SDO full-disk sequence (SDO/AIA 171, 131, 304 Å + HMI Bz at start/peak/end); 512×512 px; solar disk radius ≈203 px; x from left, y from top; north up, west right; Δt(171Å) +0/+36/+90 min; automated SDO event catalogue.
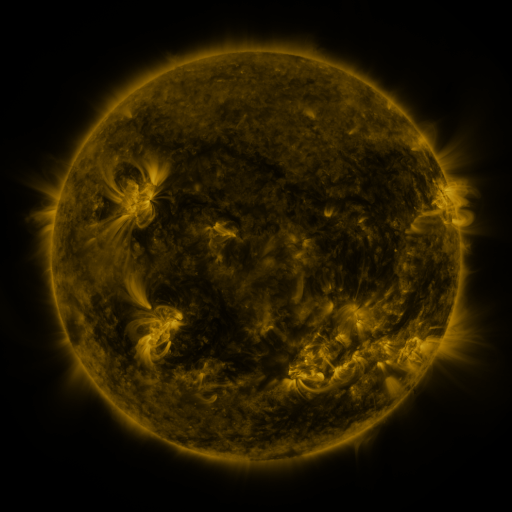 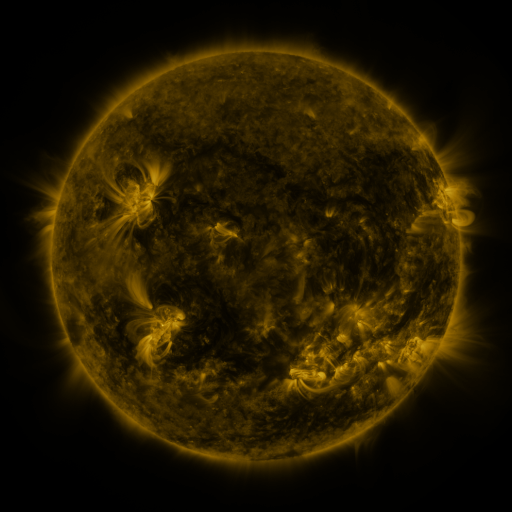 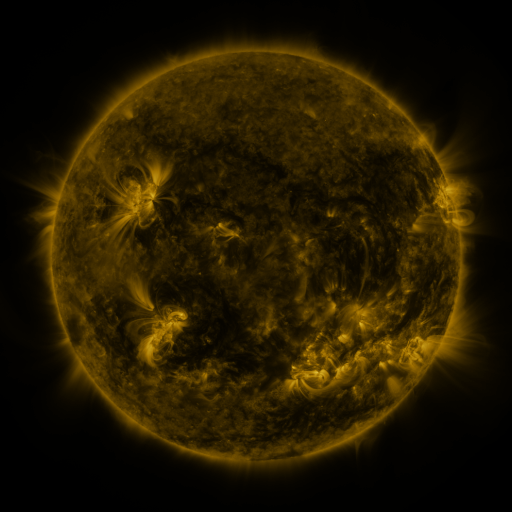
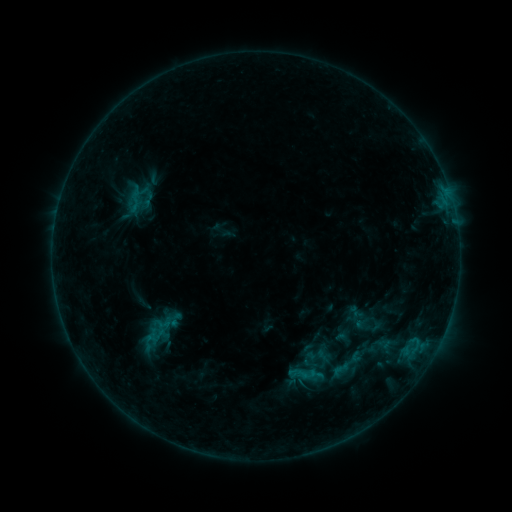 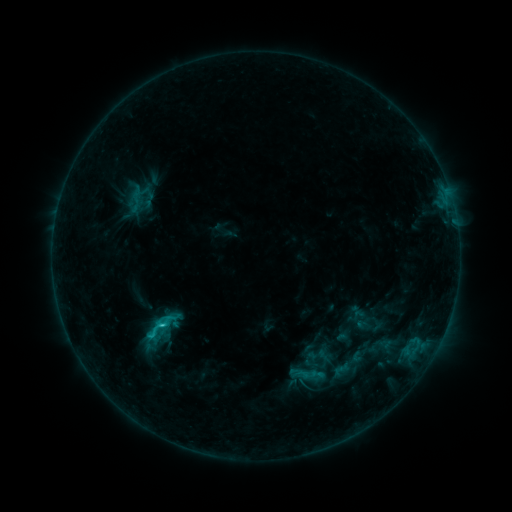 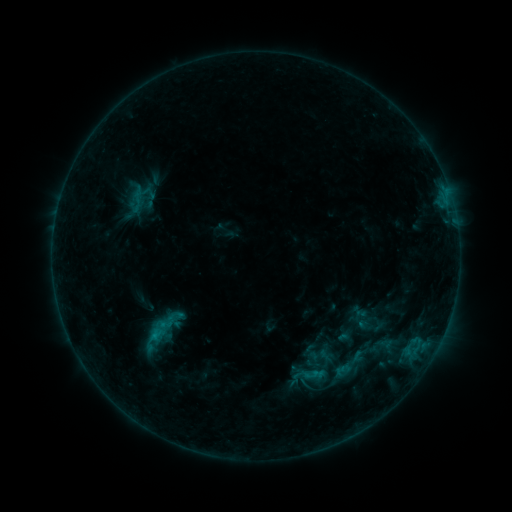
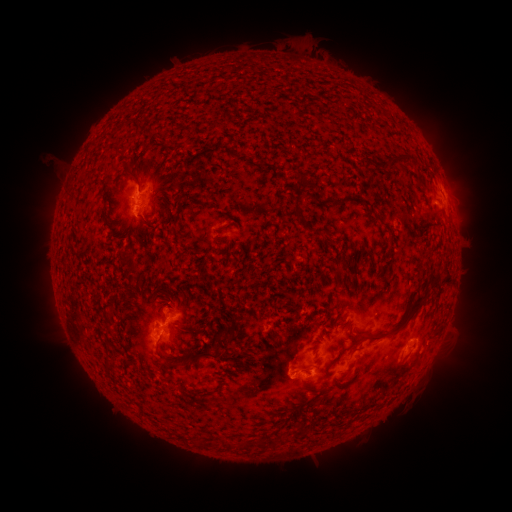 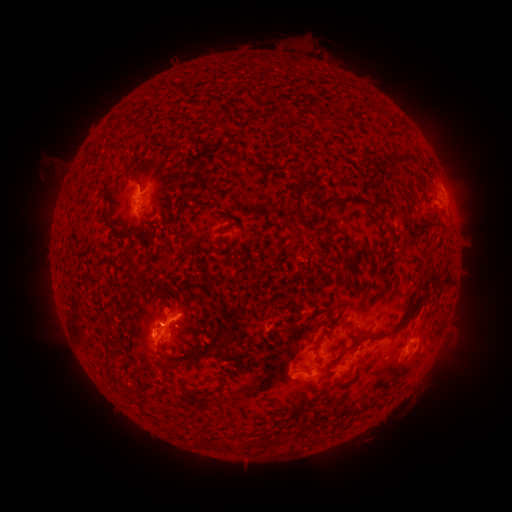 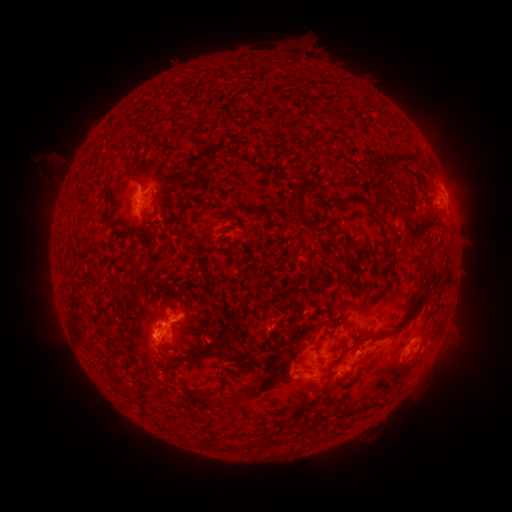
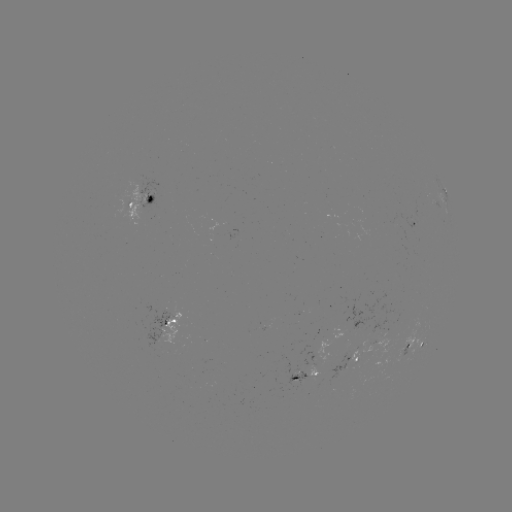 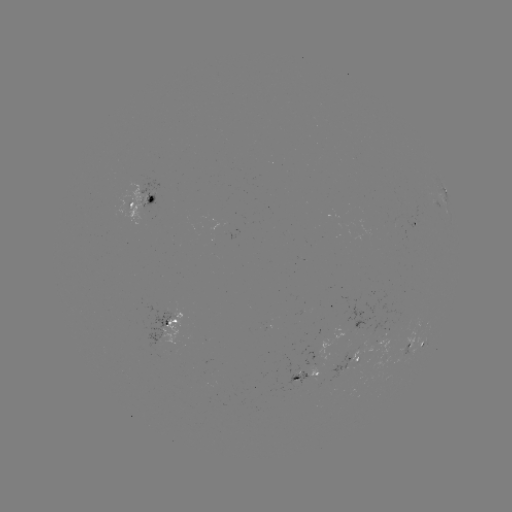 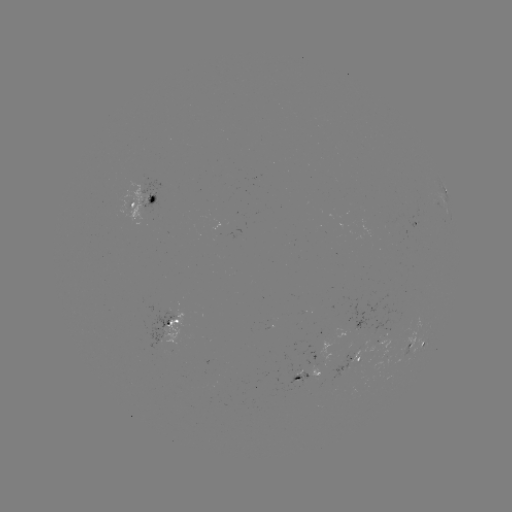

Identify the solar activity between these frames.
C1.4 flare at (163, 324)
